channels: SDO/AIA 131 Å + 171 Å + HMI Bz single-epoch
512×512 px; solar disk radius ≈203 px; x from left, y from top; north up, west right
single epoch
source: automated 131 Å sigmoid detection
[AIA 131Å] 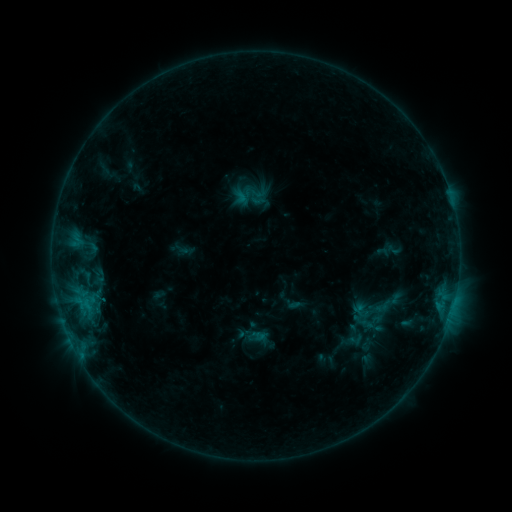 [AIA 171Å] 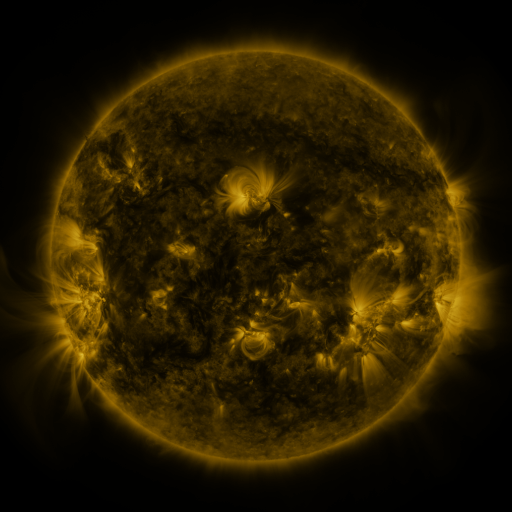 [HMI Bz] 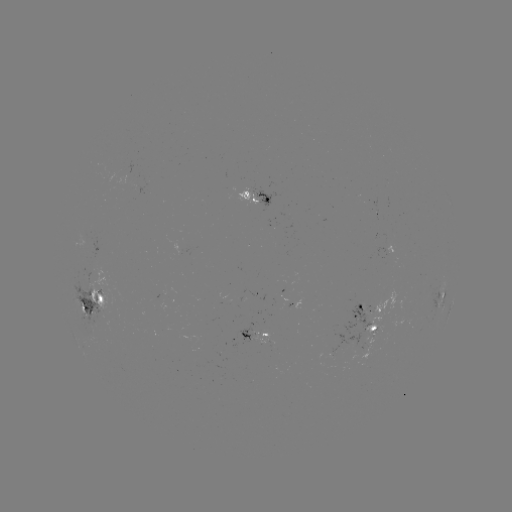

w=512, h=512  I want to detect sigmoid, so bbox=[373, 296, 392, 316].